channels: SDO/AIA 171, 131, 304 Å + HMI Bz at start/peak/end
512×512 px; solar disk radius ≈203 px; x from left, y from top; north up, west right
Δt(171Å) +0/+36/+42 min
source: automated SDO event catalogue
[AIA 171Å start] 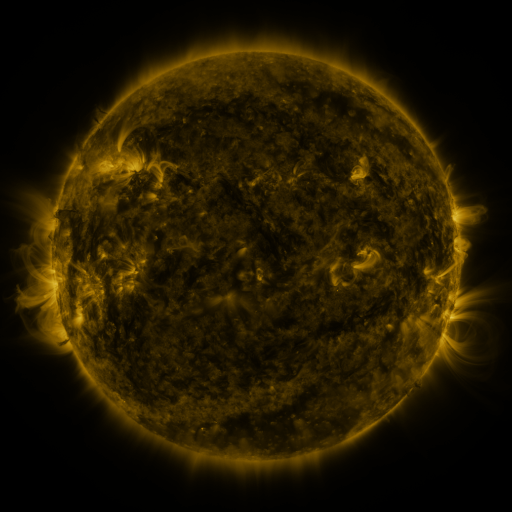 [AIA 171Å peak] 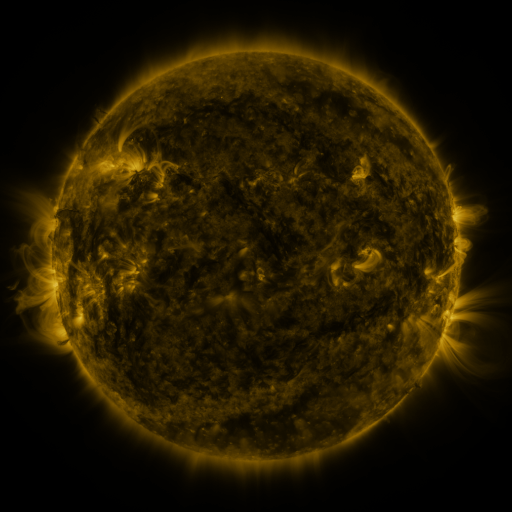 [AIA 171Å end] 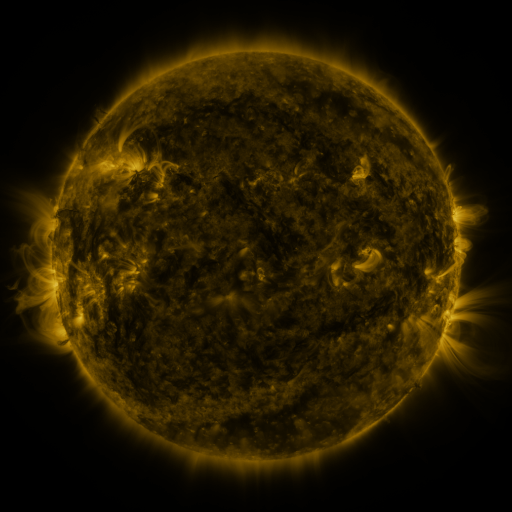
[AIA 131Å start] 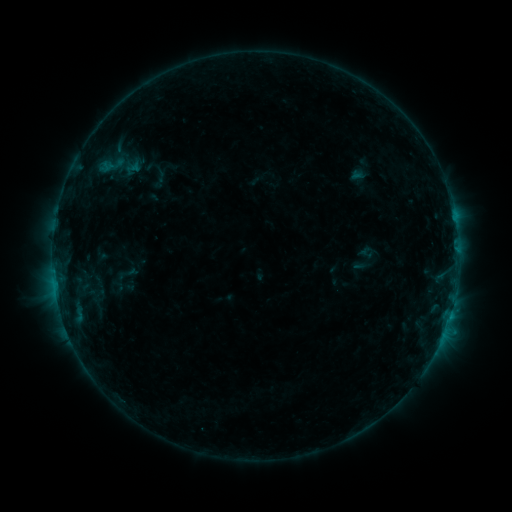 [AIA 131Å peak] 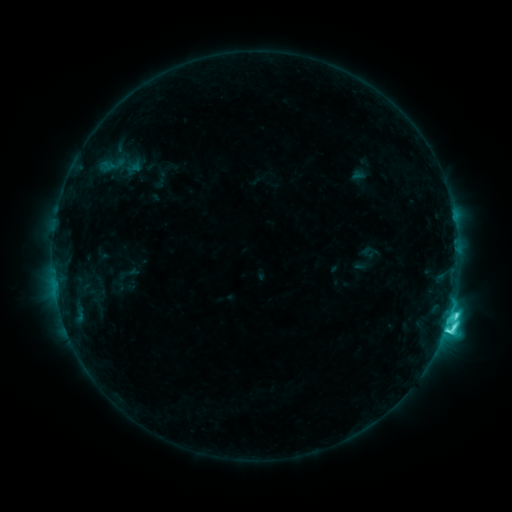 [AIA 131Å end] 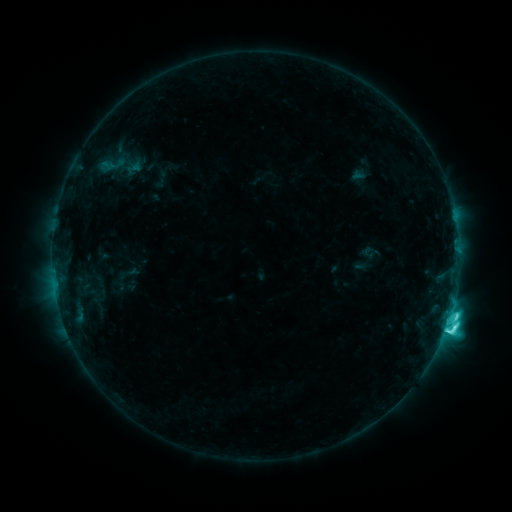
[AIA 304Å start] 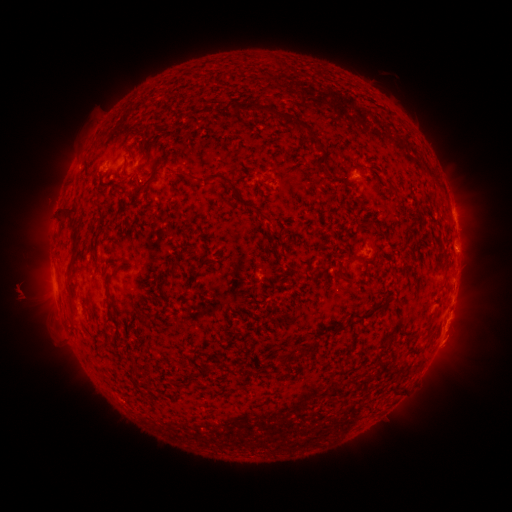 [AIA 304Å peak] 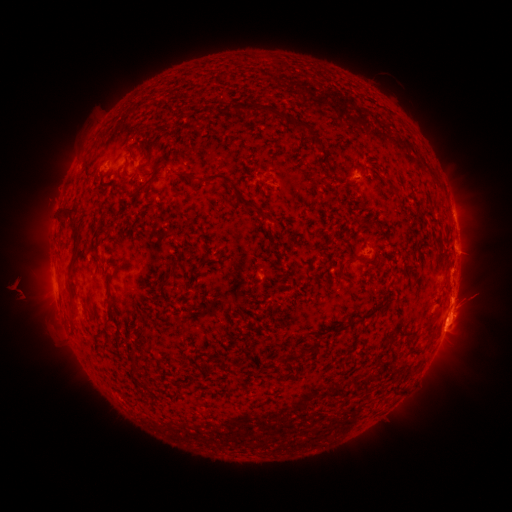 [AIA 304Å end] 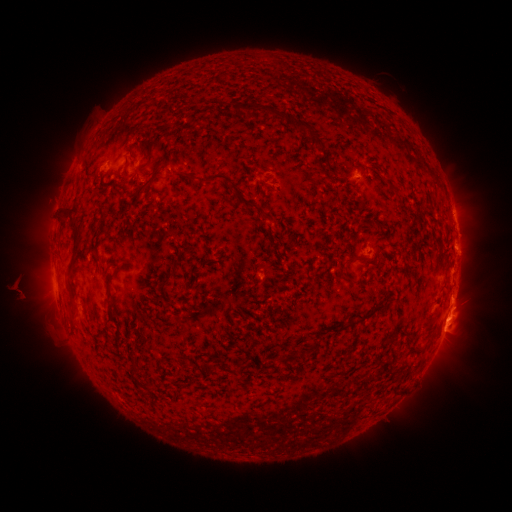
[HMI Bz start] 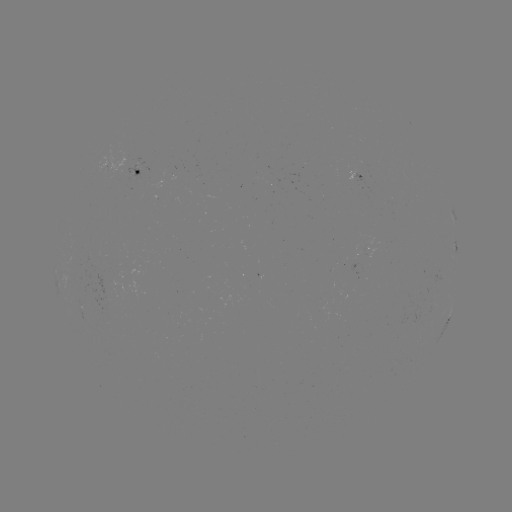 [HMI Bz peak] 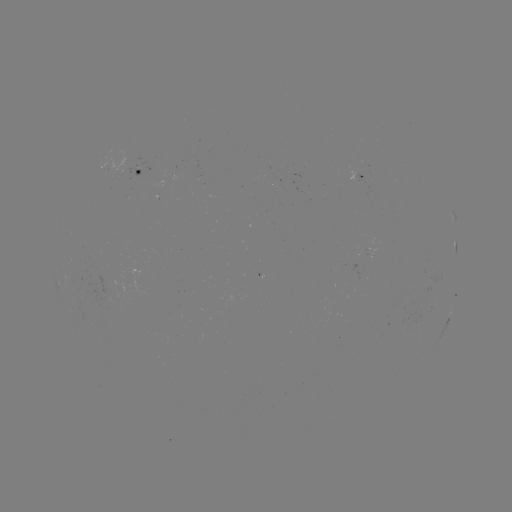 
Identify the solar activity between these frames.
C7.9 flare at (447, 319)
